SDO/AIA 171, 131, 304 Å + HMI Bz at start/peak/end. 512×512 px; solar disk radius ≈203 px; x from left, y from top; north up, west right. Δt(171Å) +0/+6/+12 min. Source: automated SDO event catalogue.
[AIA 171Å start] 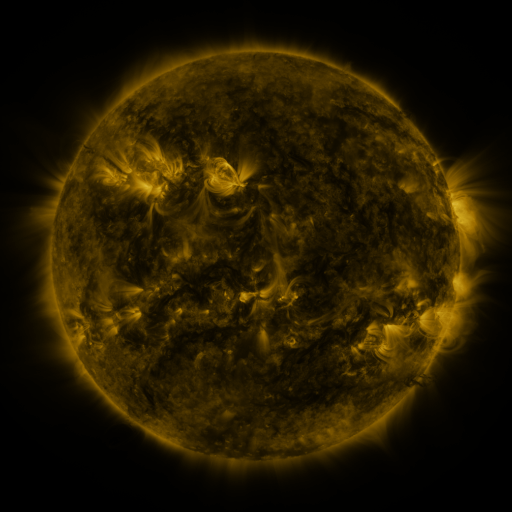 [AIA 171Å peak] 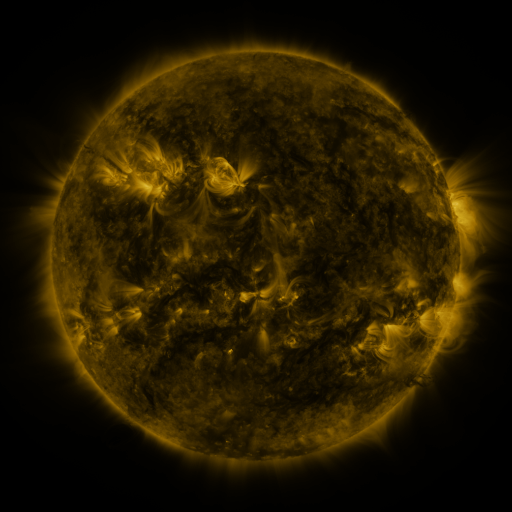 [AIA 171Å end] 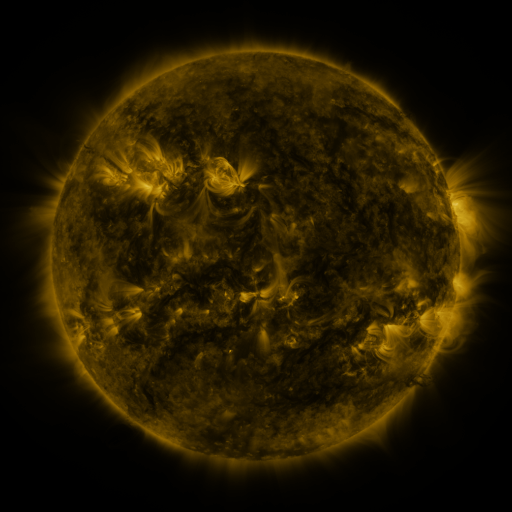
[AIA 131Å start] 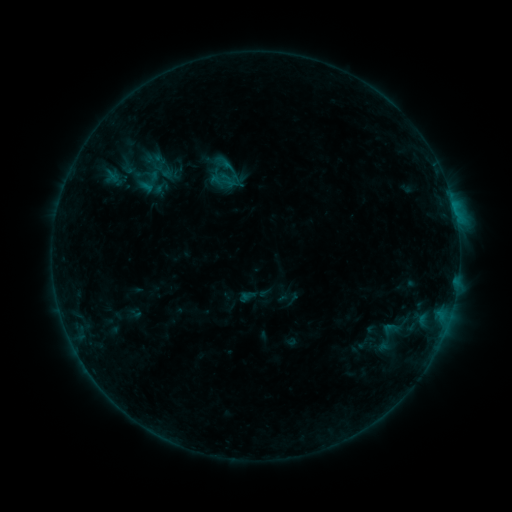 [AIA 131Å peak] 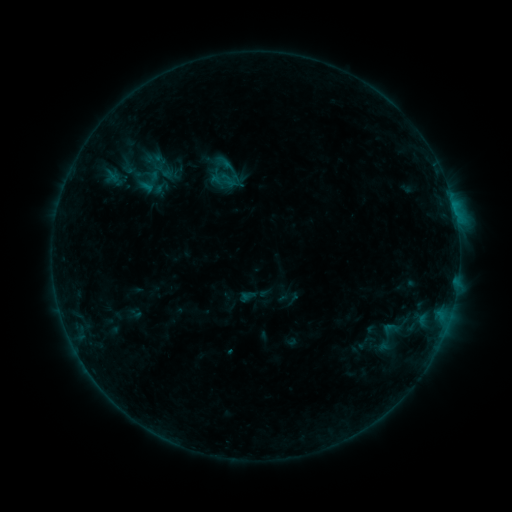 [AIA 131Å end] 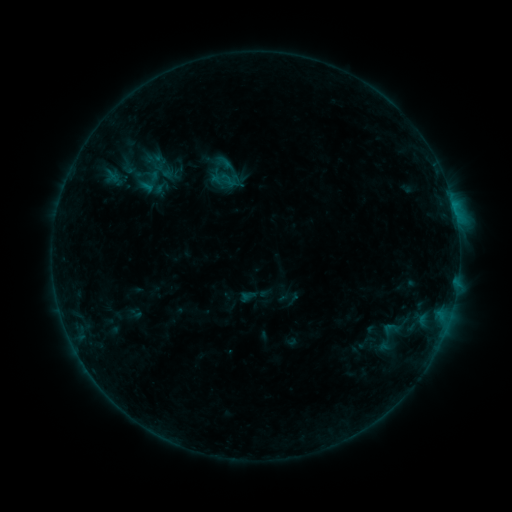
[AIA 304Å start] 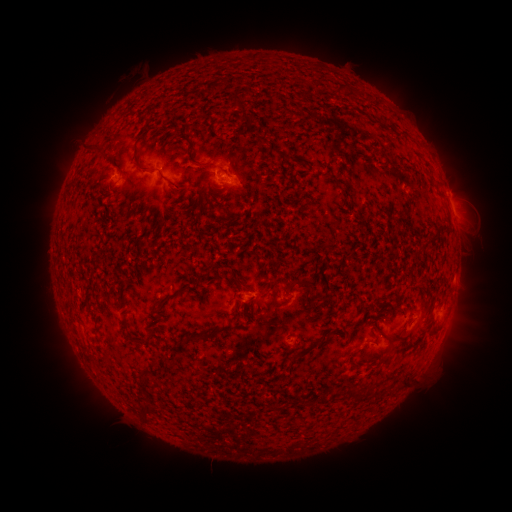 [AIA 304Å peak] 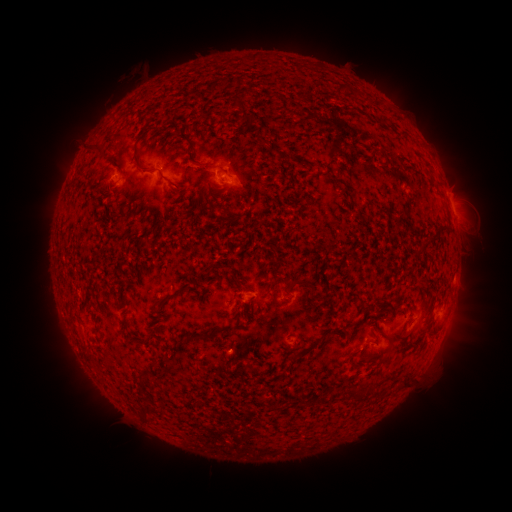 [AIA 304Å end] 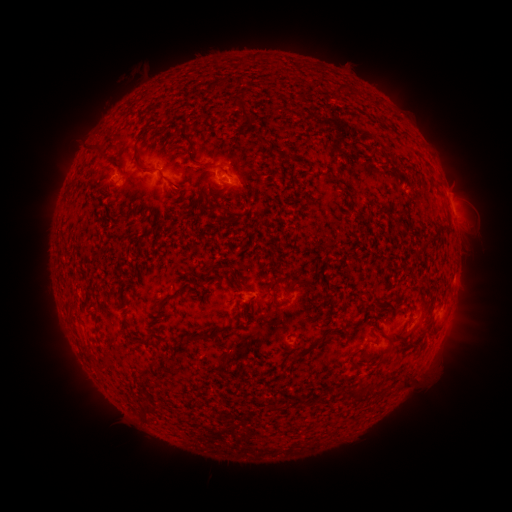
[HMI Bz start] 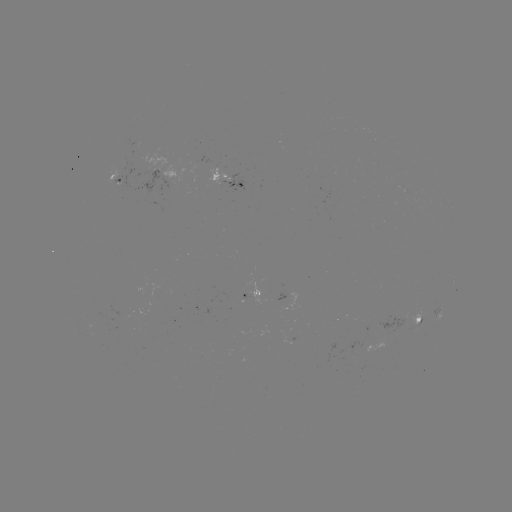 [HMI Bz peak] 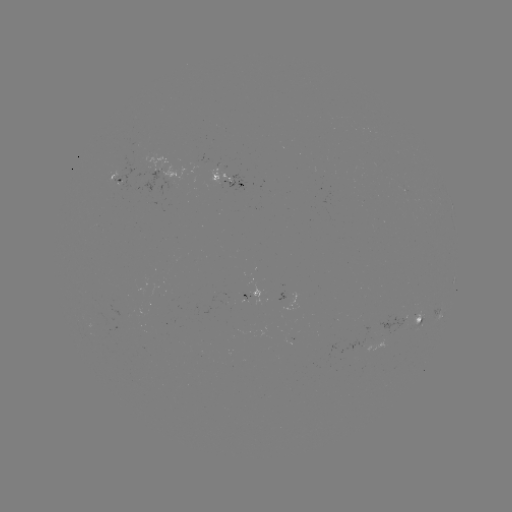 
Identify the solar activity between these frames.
nothing was catalogued: no classed flare, no EUV trigger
